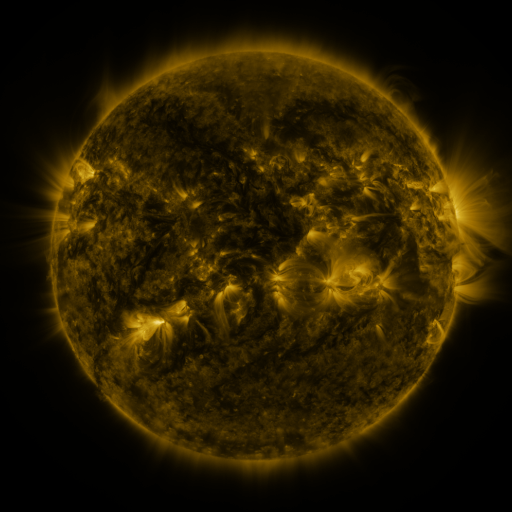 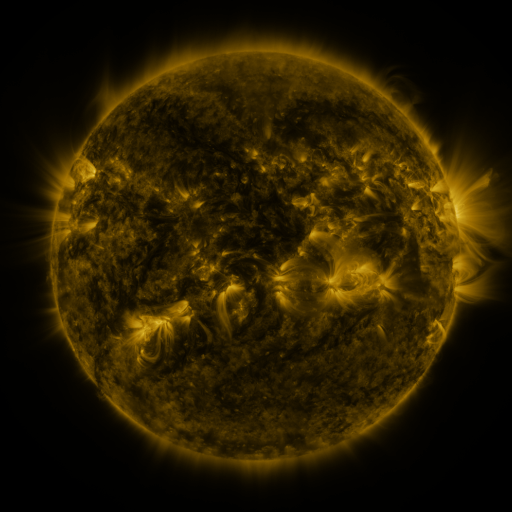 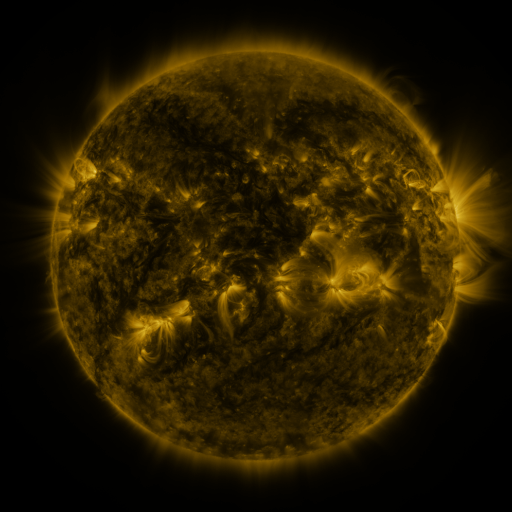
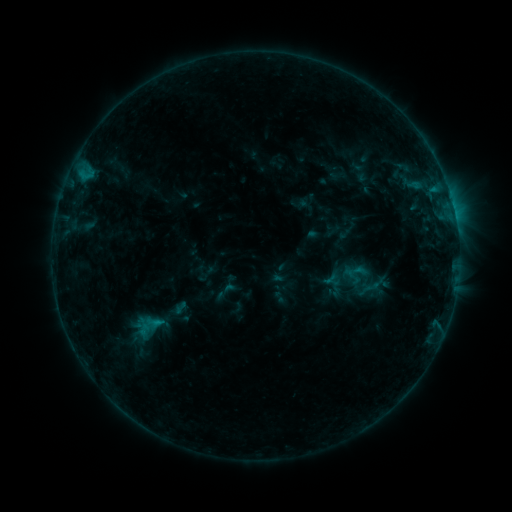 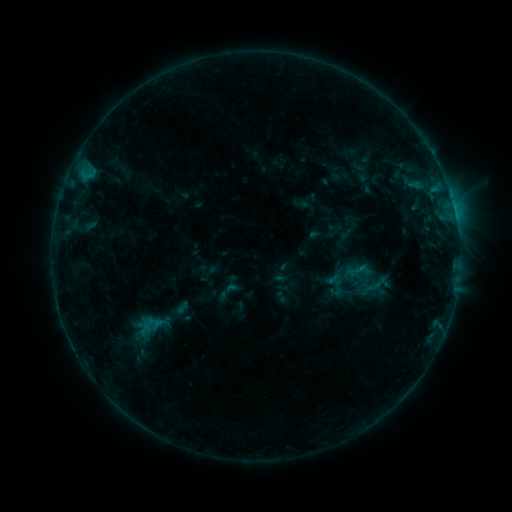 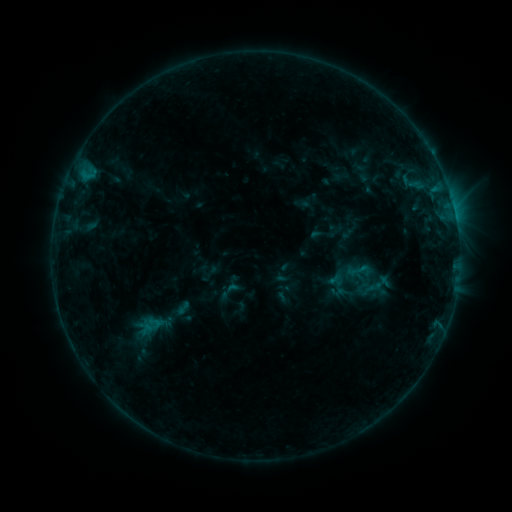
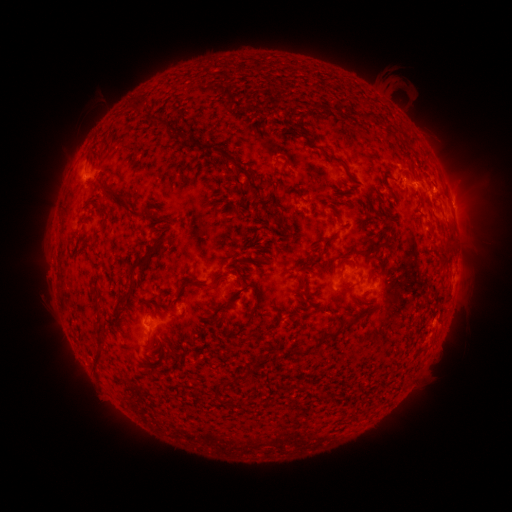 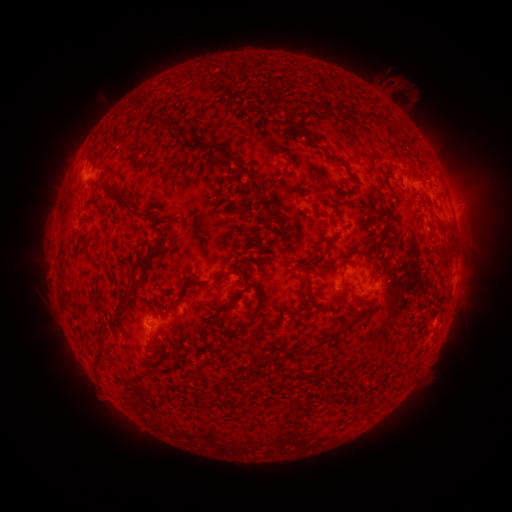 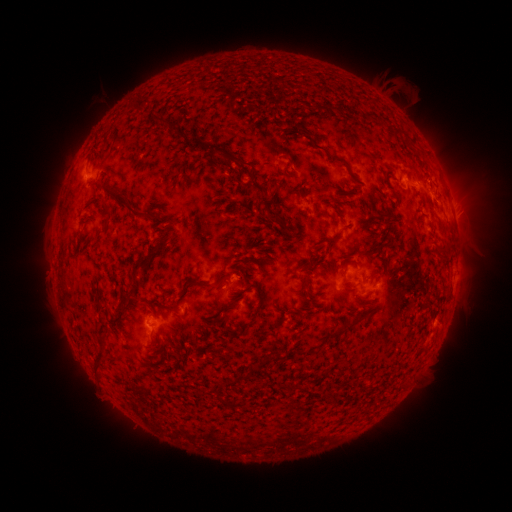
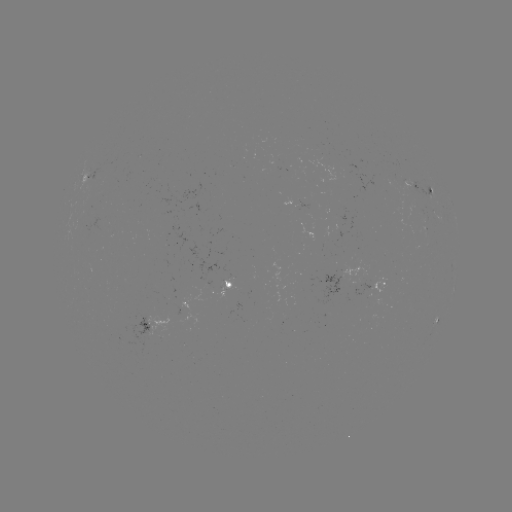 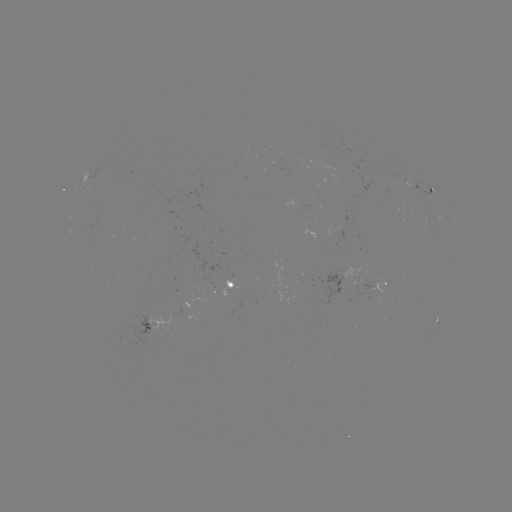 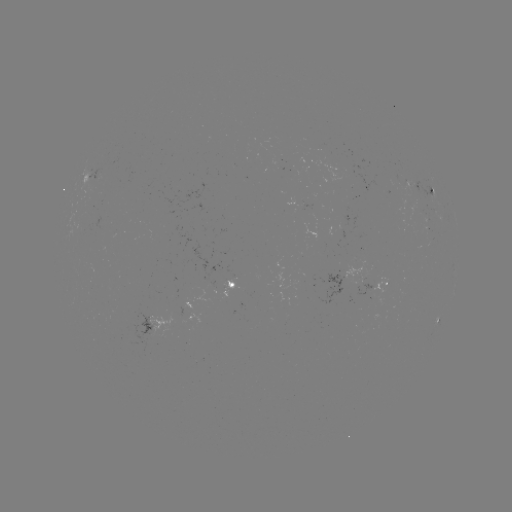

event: emerging-flux region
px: (366, 284)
